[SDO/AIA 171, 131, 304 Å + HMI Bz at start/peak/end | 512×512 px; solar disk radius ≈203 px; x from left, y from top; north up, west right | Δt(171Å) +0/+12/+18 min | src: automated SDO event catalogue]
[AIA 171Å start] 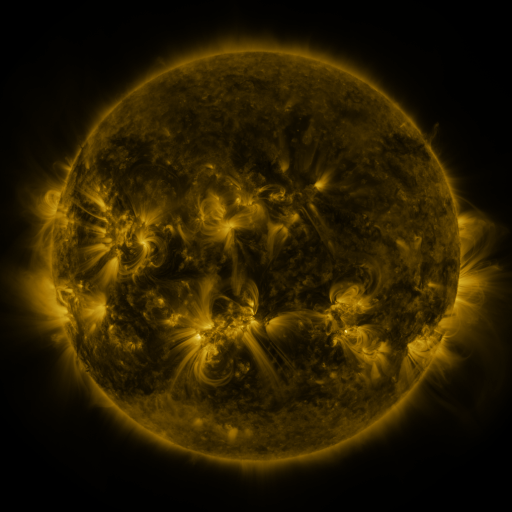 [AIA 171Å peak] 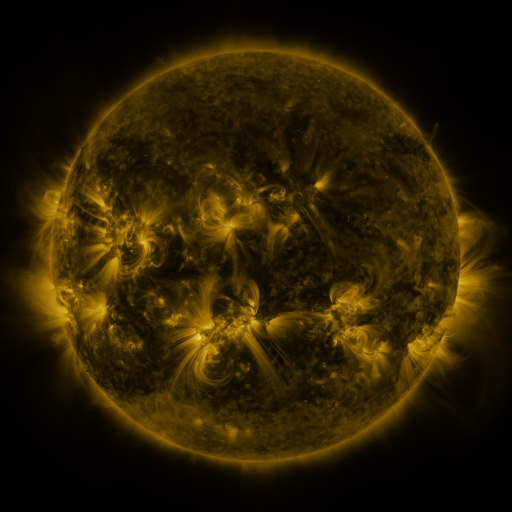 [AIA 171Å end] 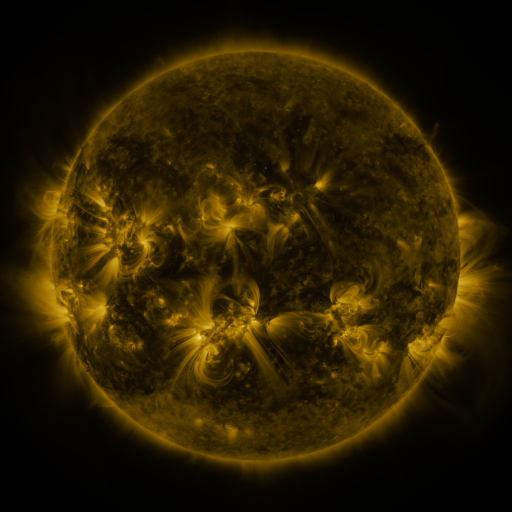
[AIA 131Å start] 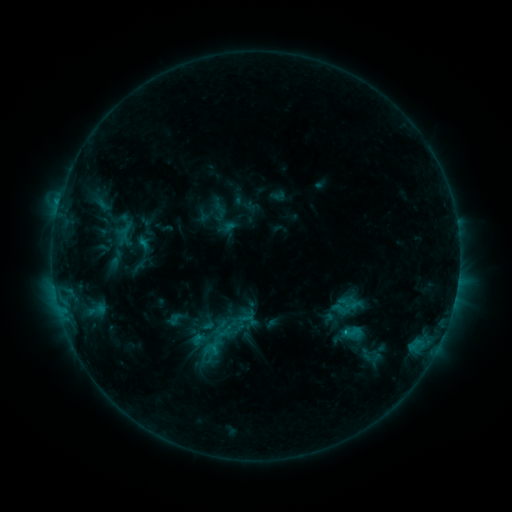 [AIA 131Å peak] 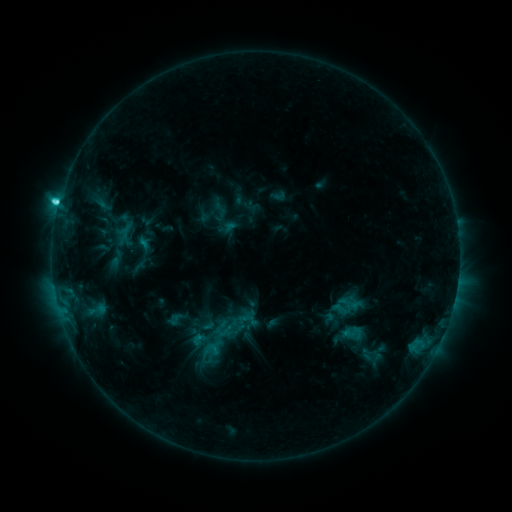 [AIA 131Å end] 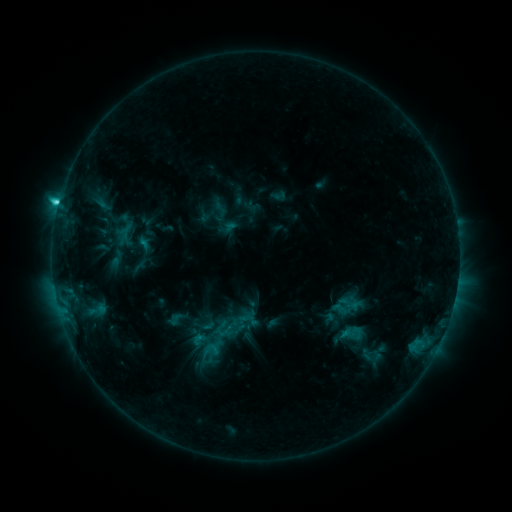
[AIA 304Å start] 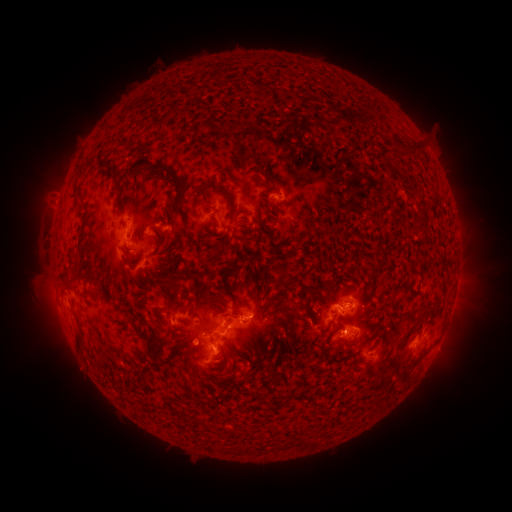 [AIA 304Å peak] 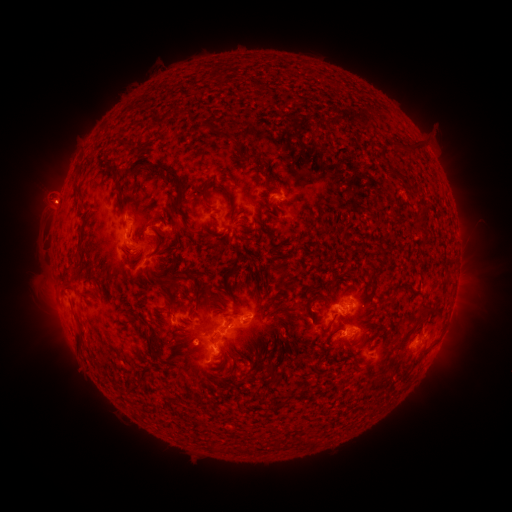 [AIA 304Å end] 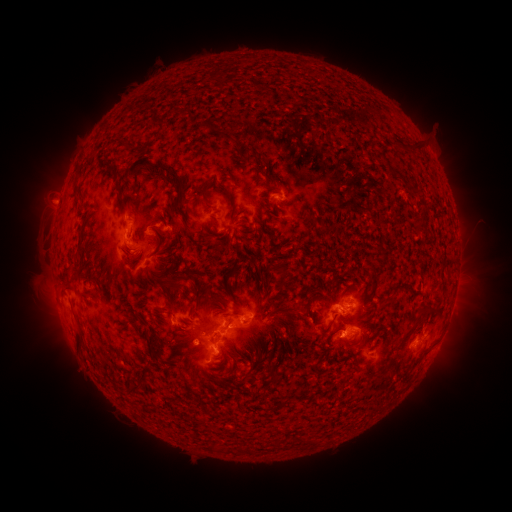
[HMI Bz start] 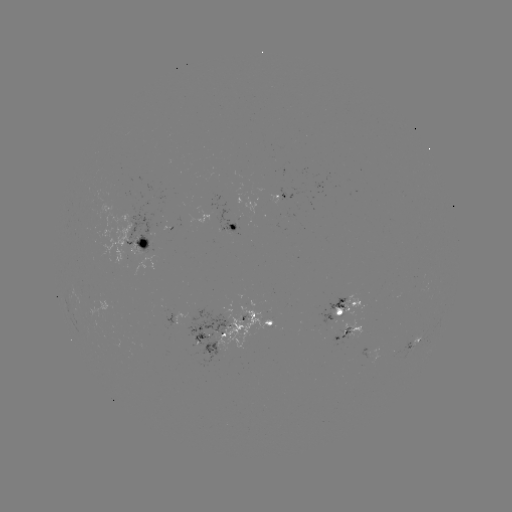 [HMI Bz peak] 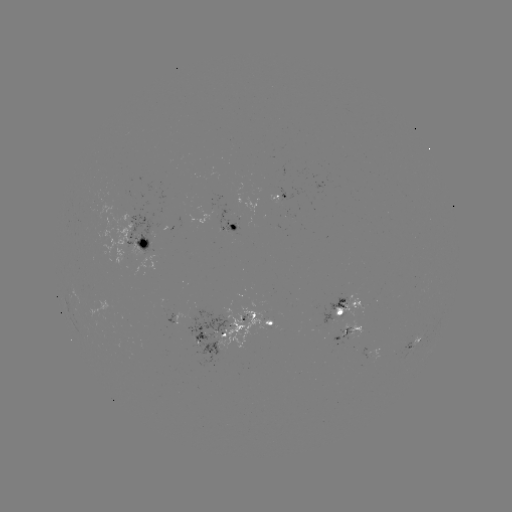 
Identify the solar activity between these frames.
C5.2 flare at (59, 203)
